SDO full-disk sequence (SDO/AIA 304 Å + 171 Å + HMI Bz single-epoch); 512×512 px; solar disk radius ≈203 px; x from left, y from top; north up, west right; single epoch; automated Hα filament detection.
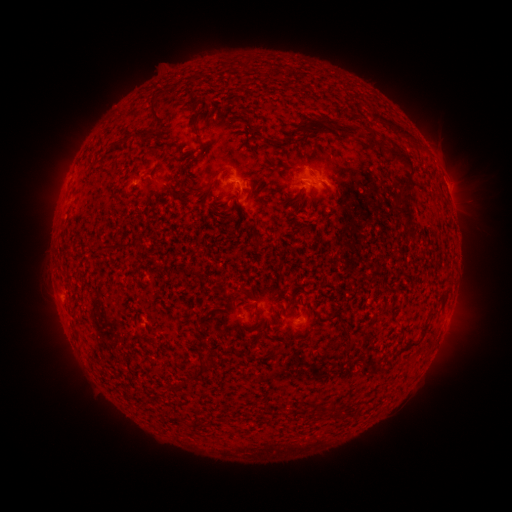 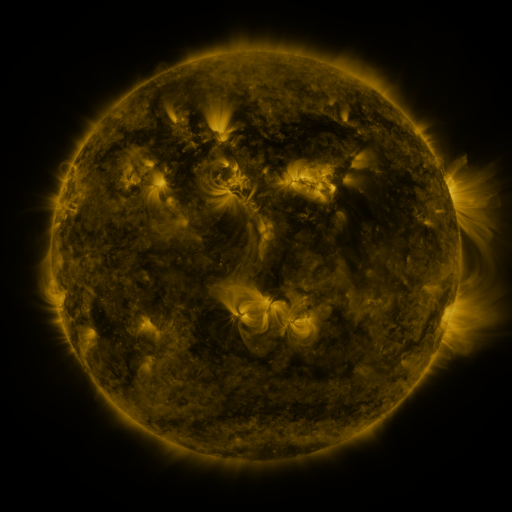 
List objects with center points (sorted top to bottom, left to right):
filament: (155, 112)
filament: (196, 129)
filament: (397, 129)
filament: (351, 131)
filament: (146, 134)
filament: (293, 136)
filament: (372, 141)
filament: (397, 157)
filament: (299, 195)
filament: (405, 206)
filament: (200, 370)
